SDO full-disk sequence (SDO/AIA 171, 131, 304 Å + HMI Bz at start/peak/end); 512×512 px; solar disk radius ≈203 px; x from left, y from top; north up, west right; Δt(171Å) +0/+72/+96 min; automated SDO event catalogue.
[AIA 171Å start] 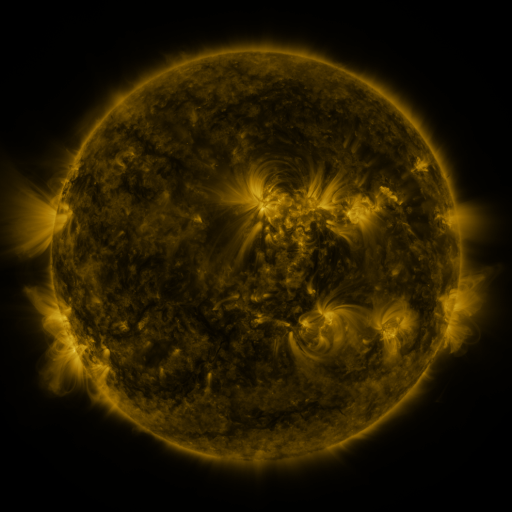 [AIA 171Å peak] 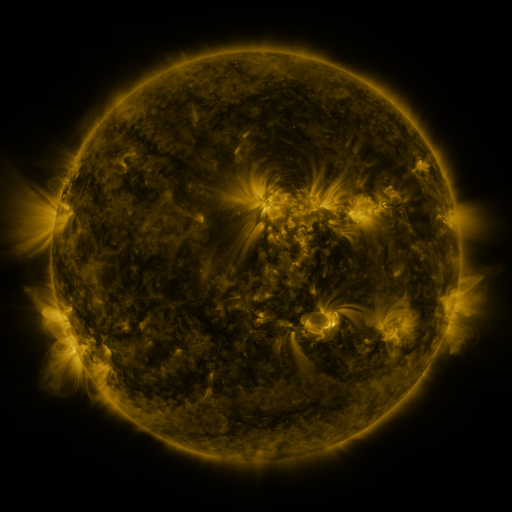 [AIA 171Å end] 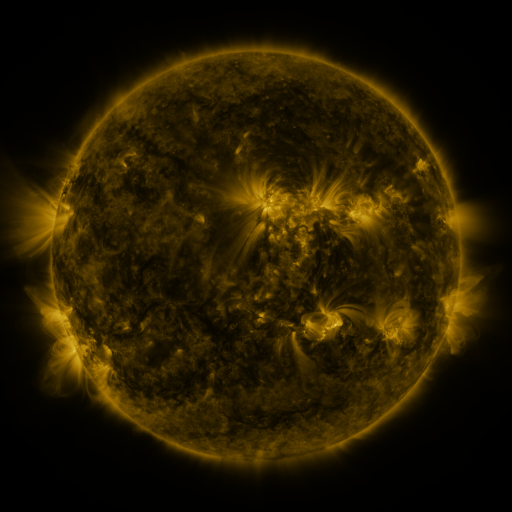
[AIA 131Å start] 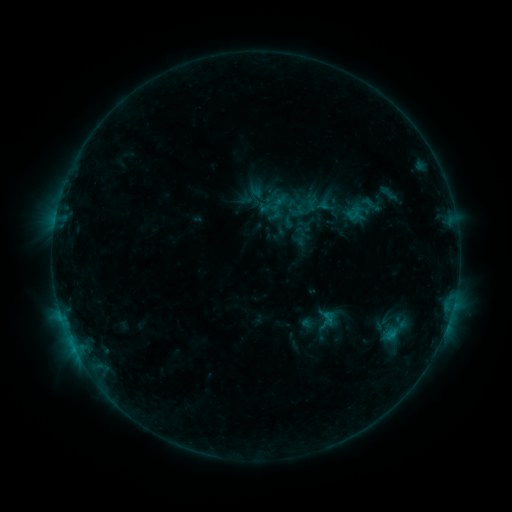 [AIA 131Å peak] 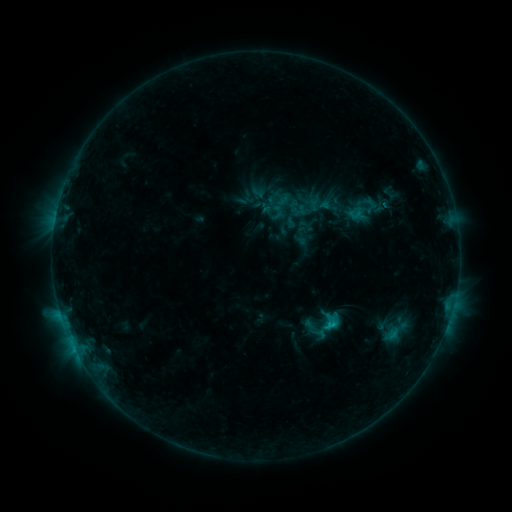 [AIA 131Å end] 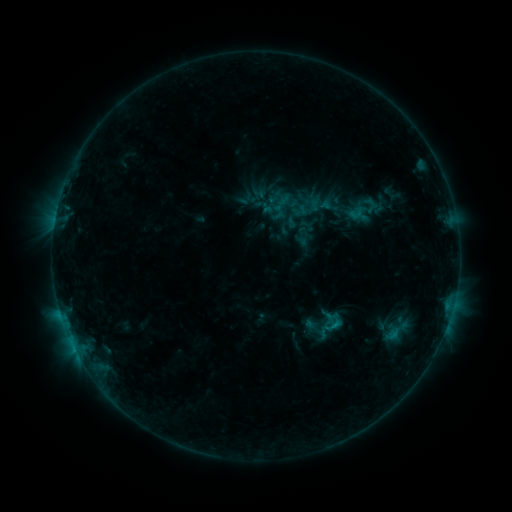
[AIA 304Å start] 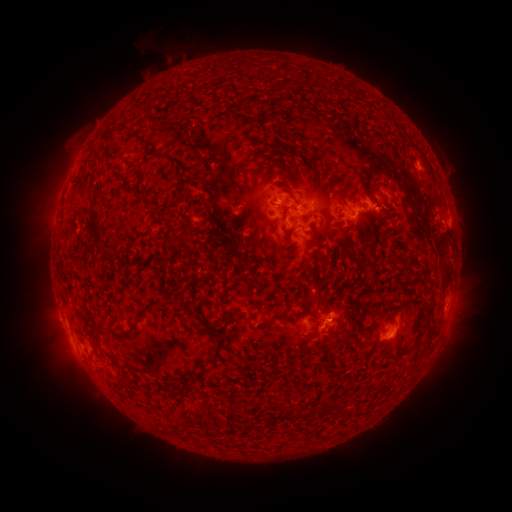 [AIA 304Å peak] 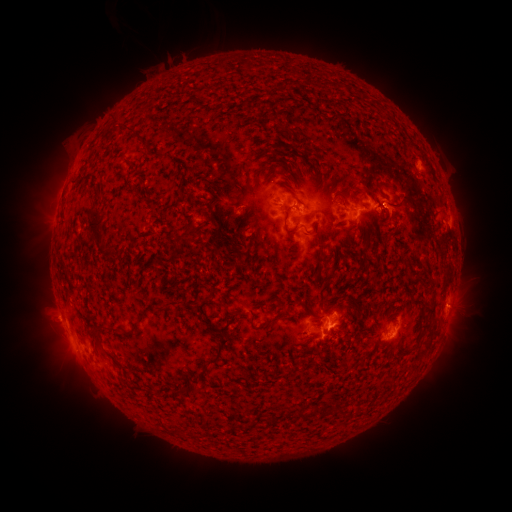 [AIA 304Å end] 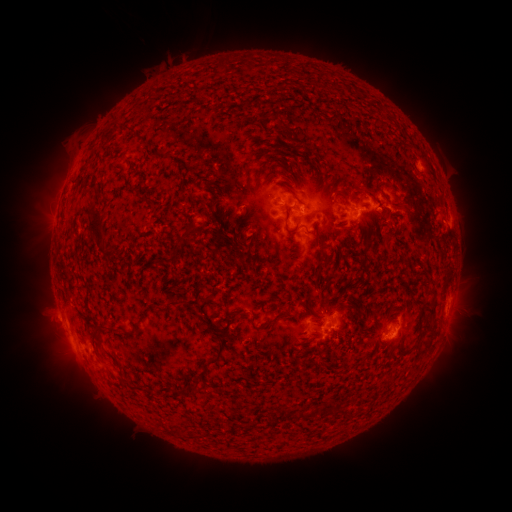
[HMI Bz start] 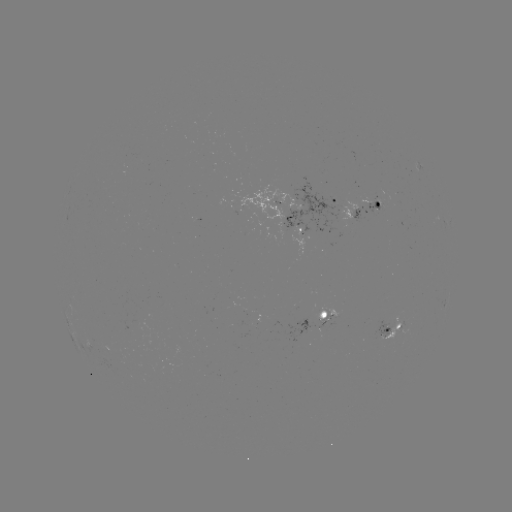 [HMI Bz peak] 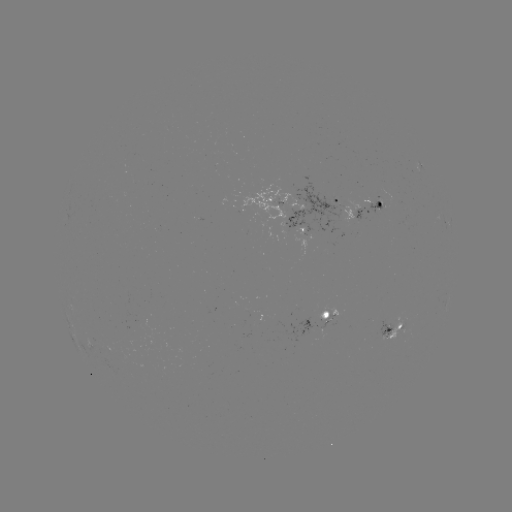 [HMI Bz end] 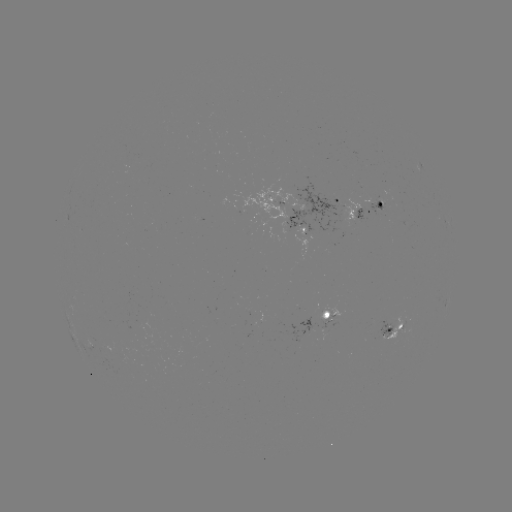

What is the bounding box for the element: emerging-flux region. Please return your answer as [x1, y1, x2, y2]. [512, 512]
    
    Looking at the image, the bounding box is [324, 242, 334, 250].